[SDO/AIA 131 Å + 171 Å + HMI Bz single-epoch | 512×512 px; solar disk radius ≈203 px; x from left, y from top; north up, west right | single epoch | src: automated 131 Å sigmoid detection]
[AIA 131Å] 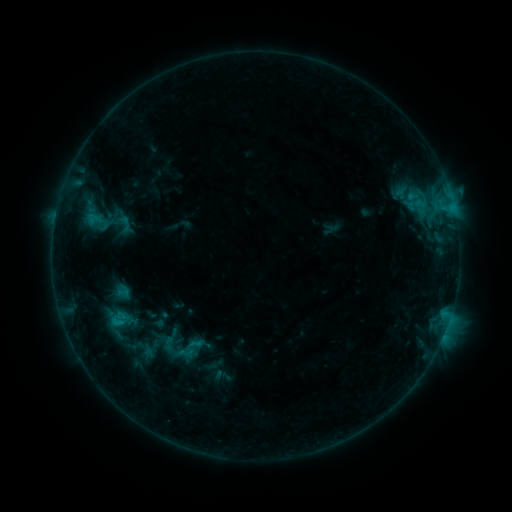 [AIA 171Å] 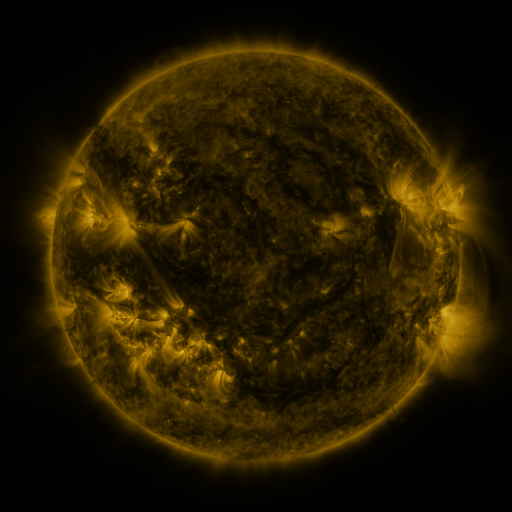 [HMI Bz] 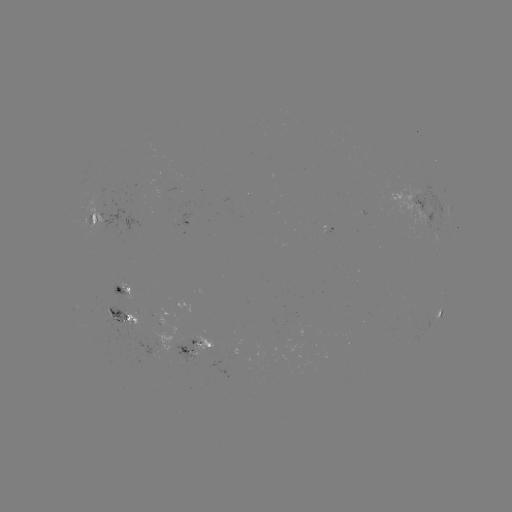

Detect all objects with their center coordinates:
sigmoid: (87, 212, 108, 233)
sigmoid: (168, 333, 210, 364)
